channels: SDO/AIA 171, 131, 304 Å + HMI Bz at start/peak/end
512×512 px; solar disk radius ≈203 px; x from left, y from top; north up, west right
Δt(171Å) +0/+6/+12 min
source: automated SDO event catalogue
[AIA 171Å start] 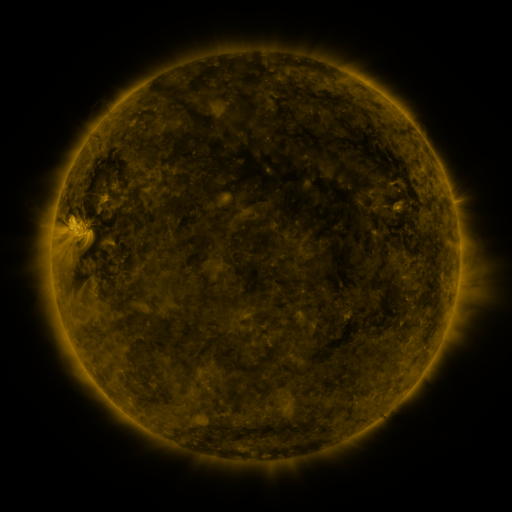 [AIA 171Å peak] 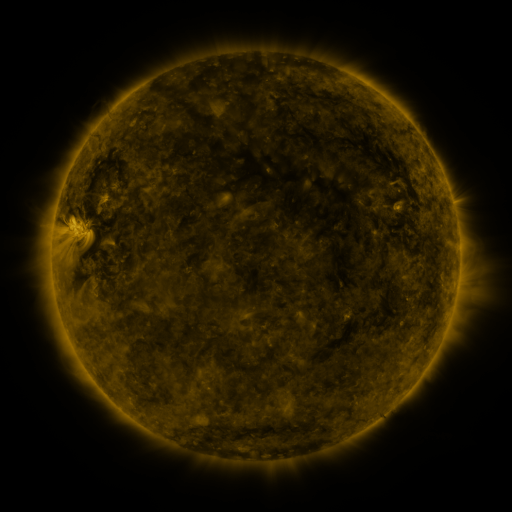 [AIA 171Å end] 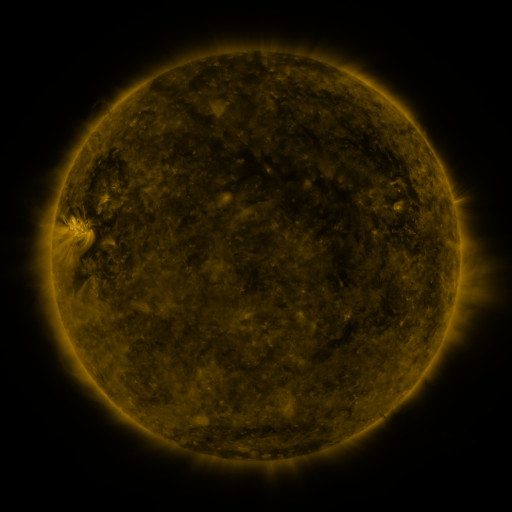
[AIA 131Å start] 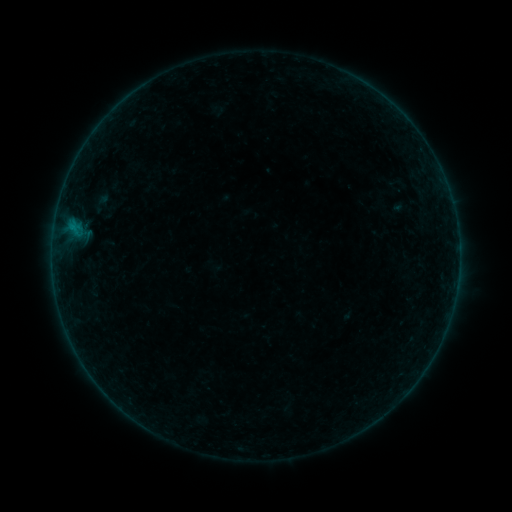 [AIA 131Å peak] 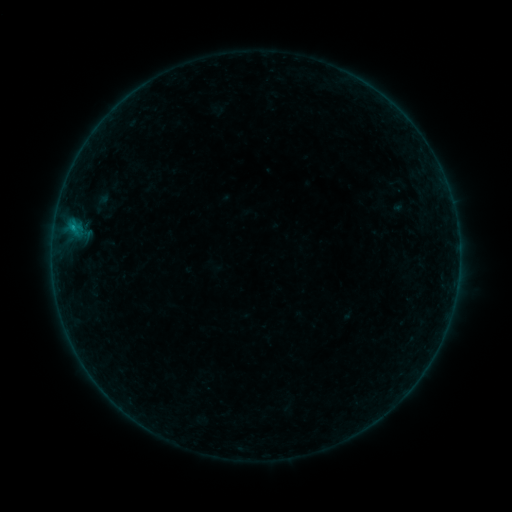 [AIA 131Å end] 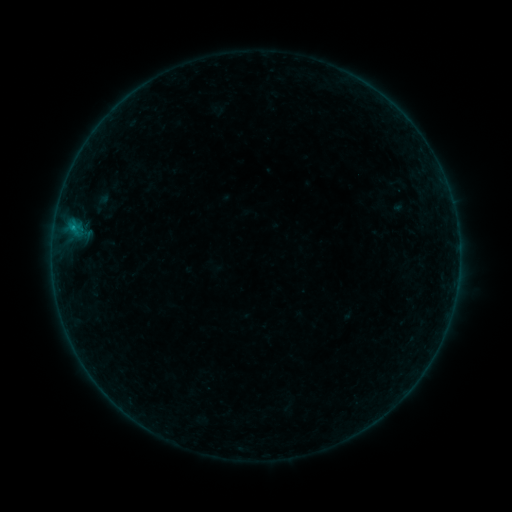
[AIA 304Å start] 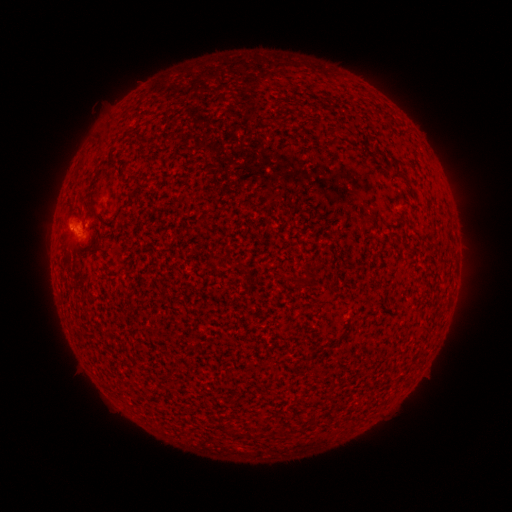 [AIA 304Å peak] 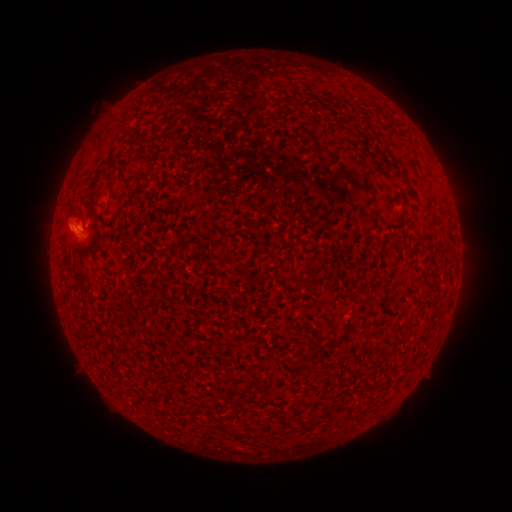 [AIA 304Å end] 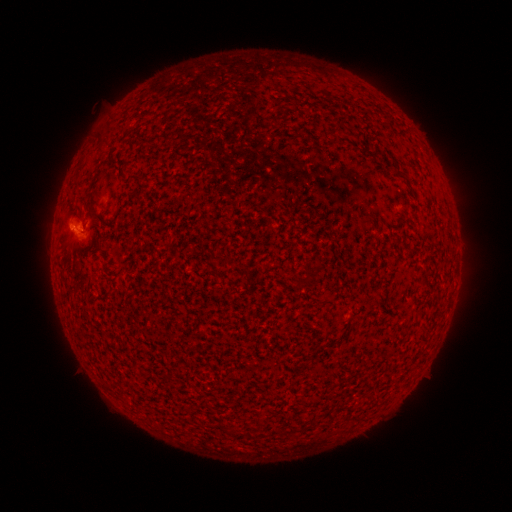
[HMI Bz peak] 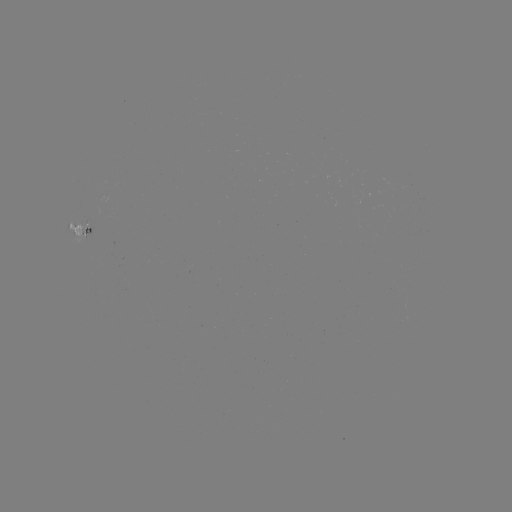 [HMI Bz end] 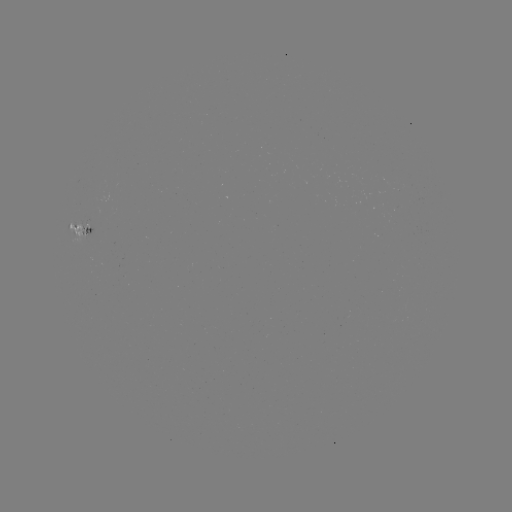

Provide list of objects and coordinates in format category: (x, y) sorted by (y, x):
B2.8 flare: (72, 230)
